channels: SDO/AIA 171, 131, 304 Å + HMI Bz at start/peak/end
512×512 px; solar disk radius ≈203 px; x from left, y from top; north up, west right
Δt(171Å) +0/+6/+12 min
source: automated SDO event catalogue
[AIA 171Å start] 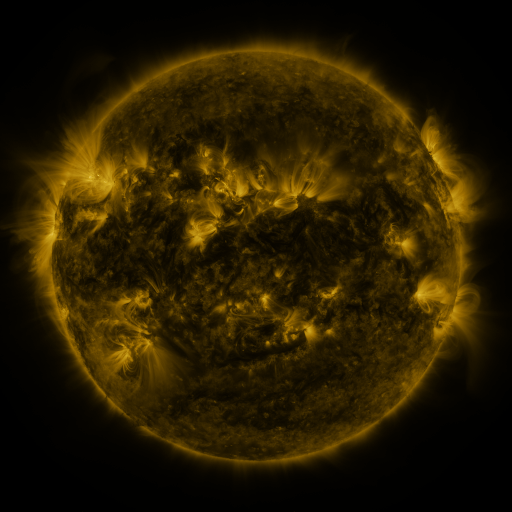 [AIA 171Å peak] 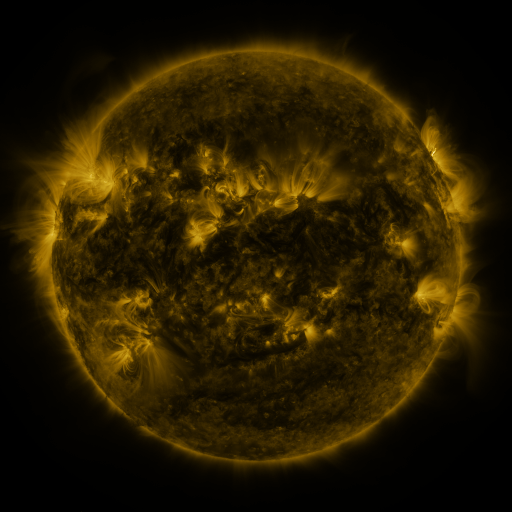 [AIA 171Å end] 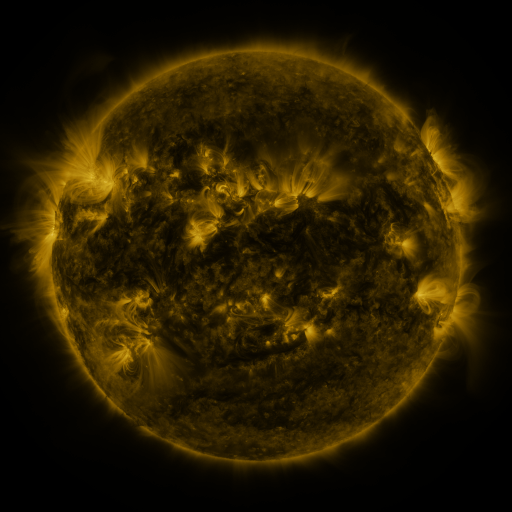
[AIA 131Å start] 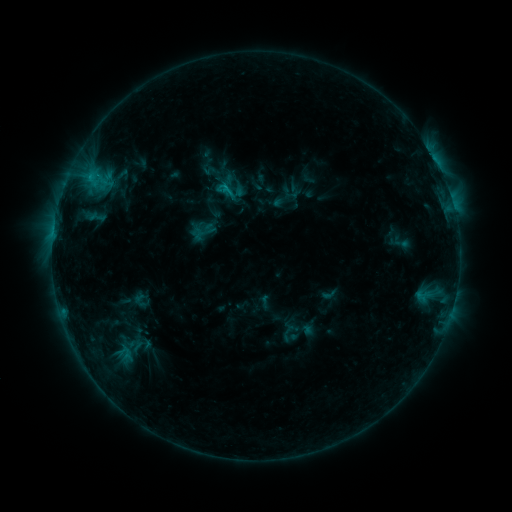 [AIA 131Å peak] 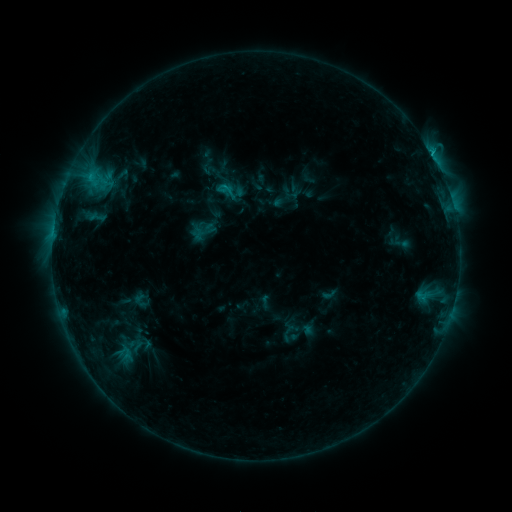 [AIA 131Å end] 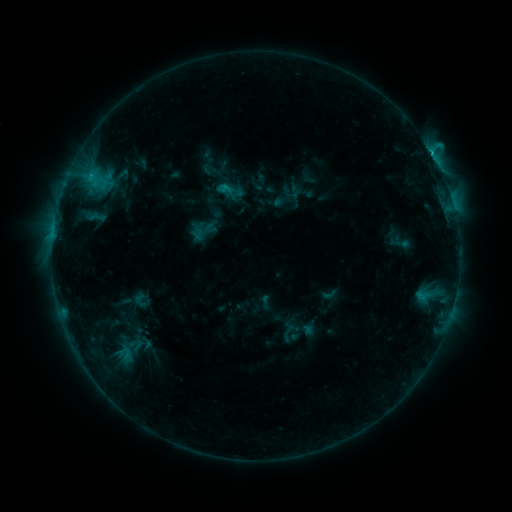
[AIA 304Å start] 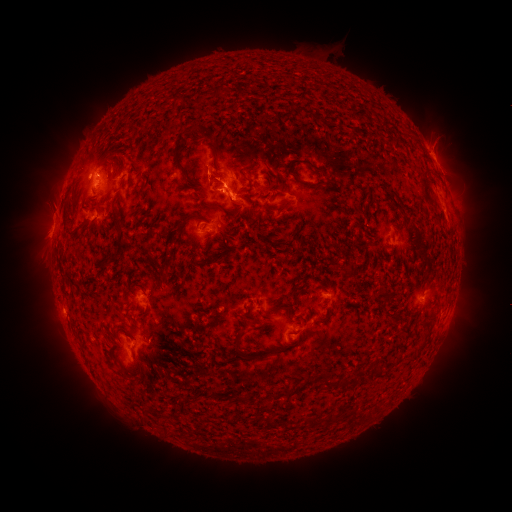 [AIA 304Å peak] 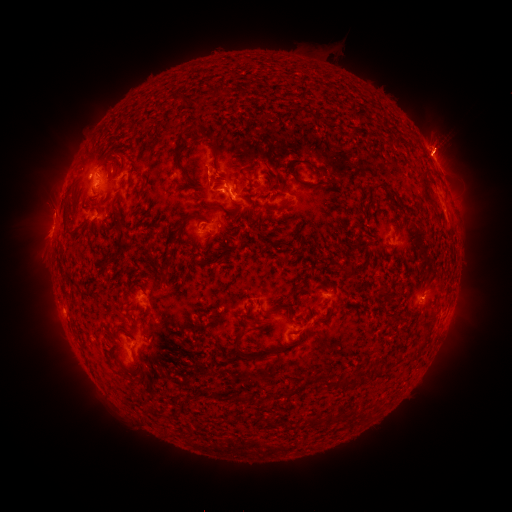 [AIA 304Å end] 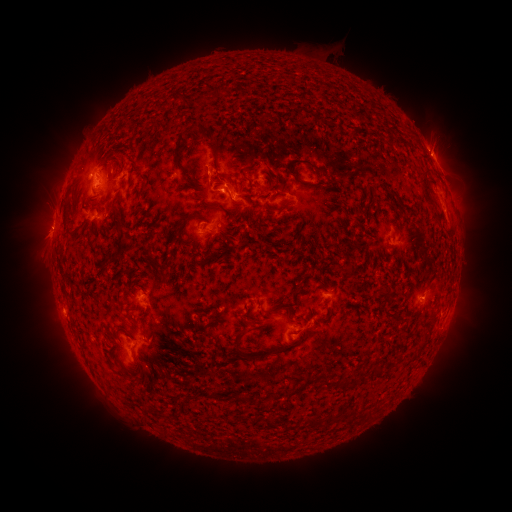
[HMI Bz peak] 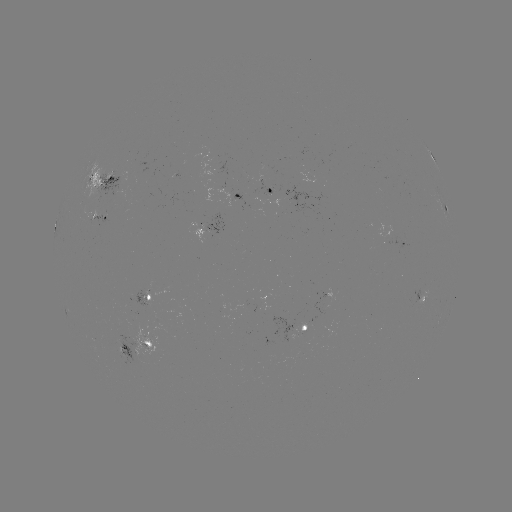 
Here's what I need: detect eruption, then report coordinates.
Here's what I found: eruption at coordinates (444, 144).